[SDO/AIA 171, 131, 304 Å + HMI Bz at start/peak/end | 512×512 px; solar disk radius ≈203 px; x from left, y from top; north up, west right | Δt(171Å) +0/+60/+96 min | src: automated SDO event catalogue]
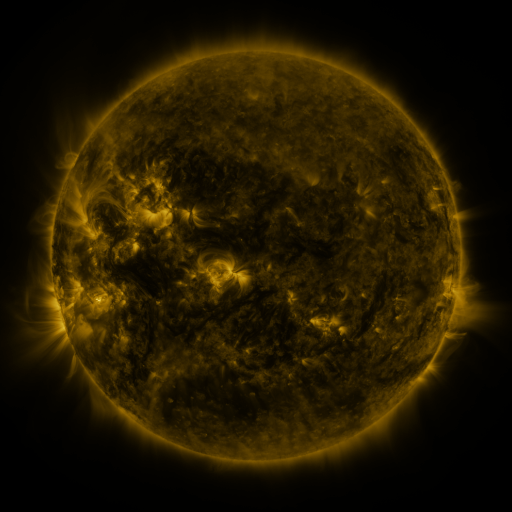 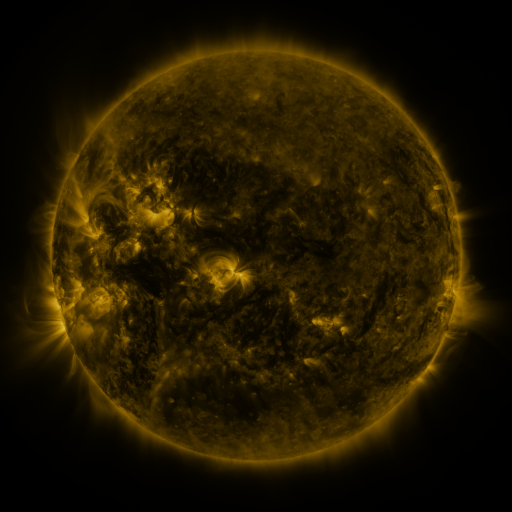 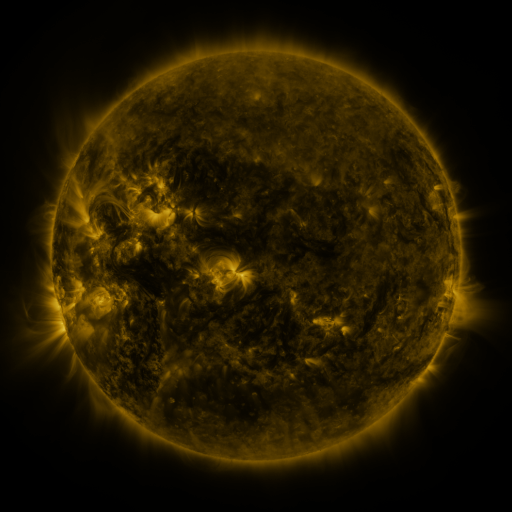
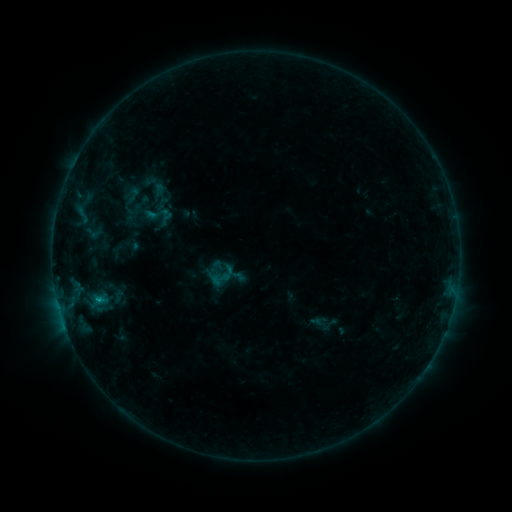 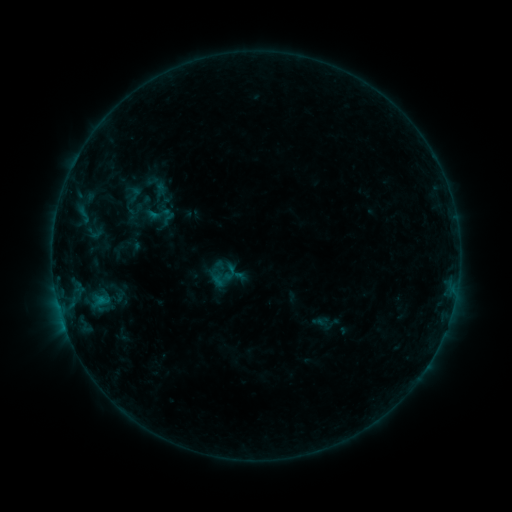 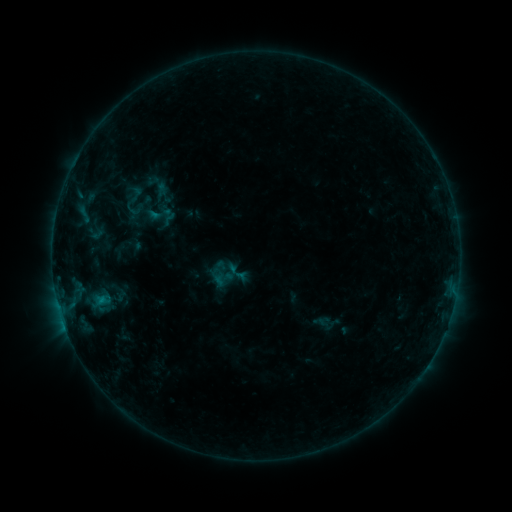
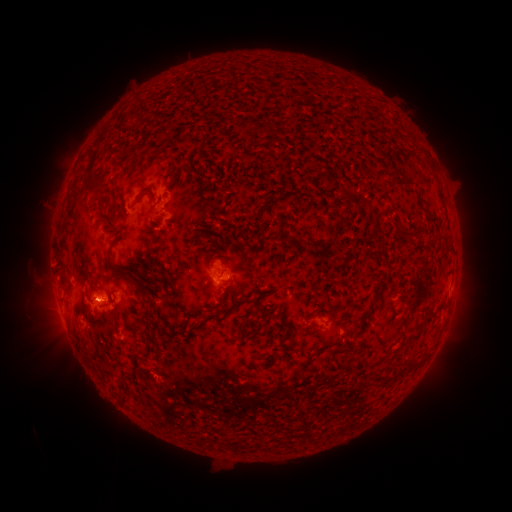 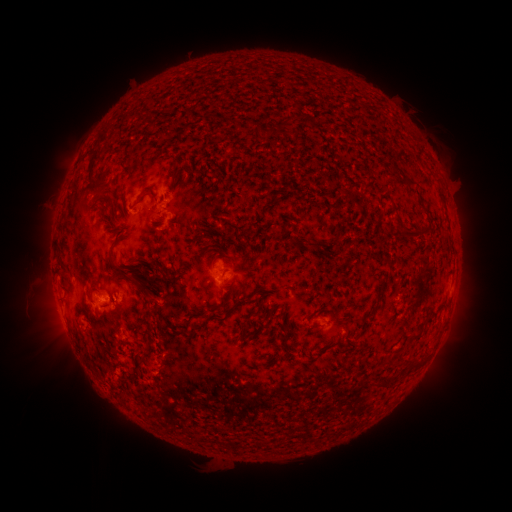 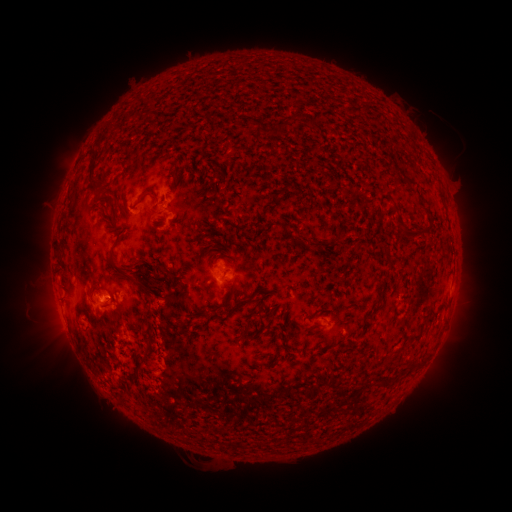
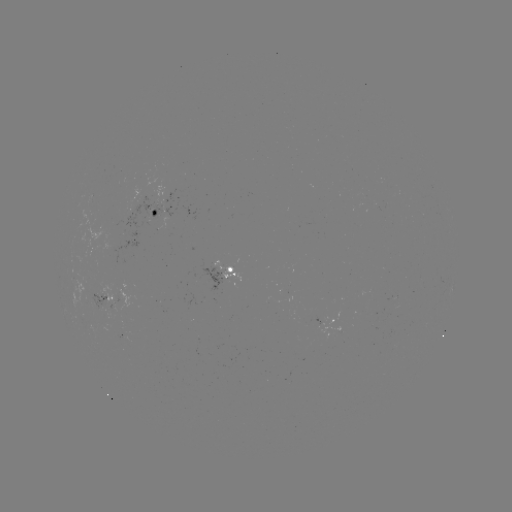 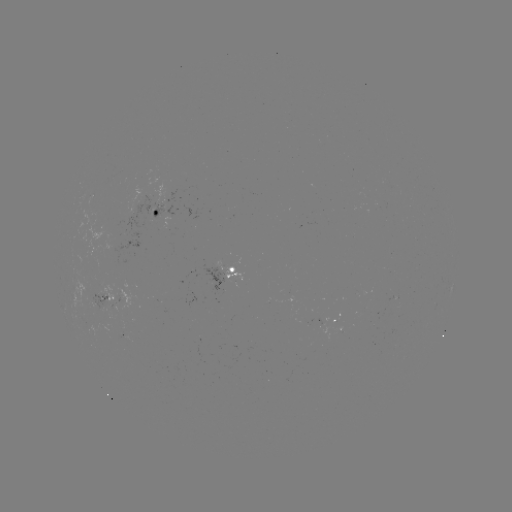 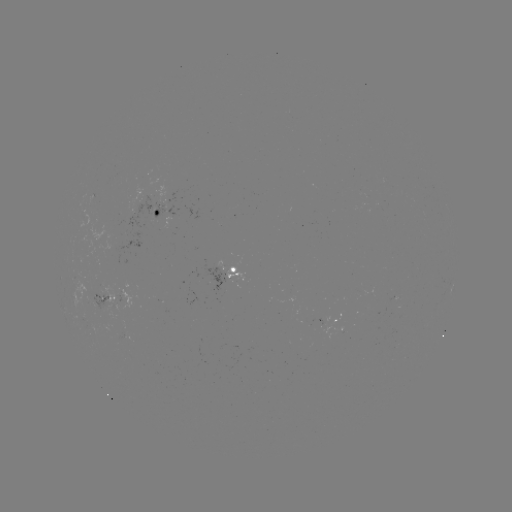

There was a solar emerging-flux region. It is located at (137, 215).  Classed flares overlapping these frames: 1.